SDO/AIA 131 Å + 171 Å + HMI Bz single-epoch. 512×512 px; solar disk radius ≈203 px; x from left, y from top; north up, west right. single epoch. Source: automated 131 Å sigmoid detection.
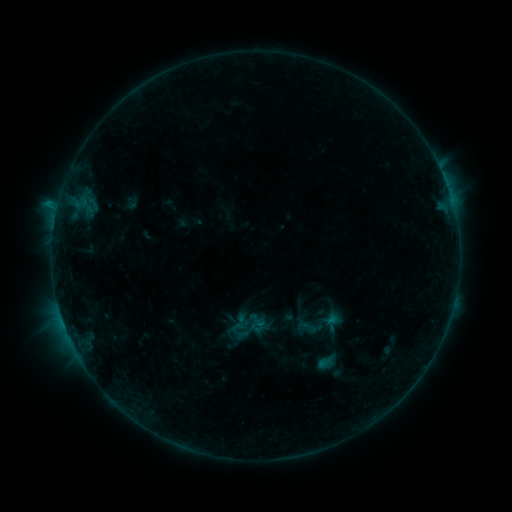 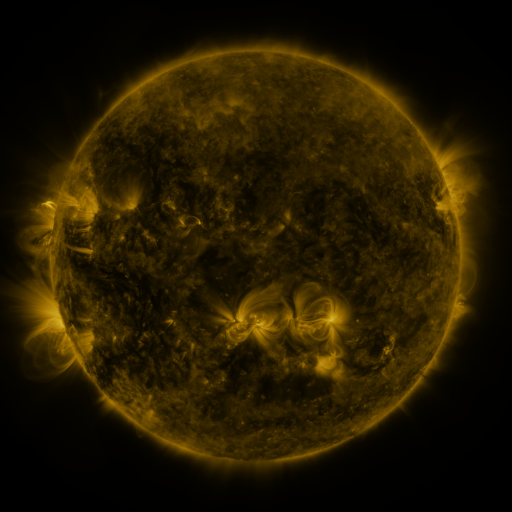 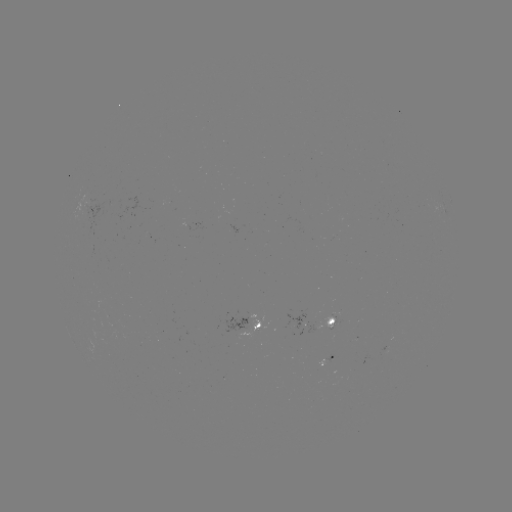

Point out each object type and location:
sigmoid: (240, 322)
